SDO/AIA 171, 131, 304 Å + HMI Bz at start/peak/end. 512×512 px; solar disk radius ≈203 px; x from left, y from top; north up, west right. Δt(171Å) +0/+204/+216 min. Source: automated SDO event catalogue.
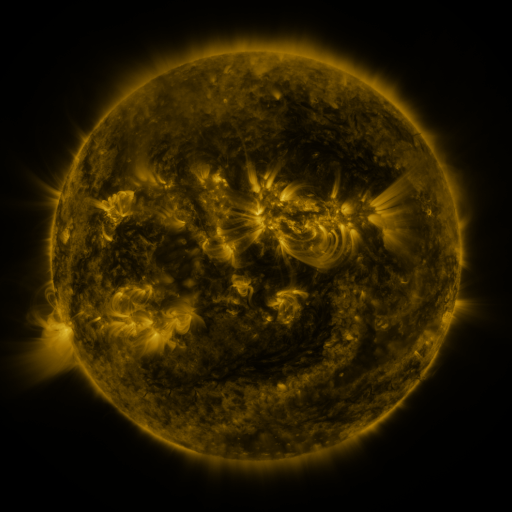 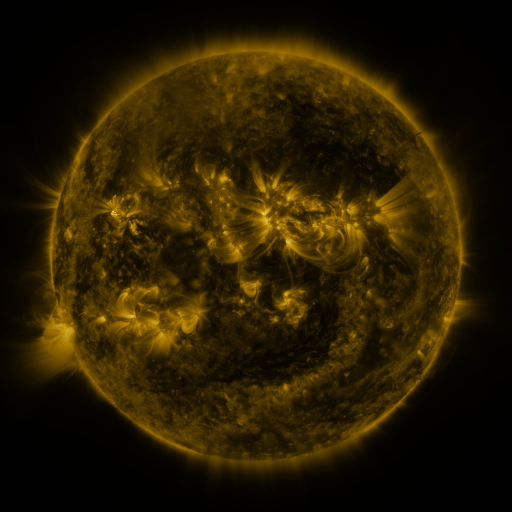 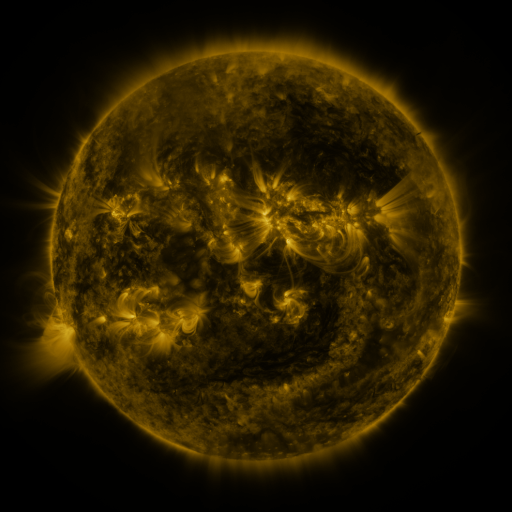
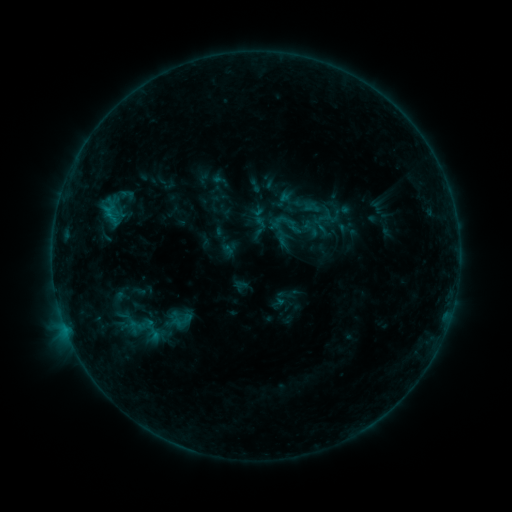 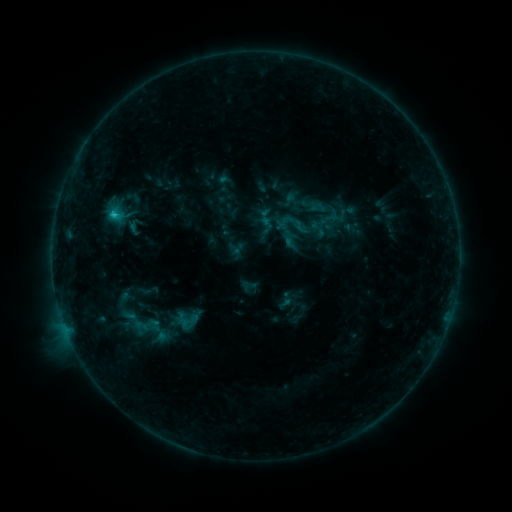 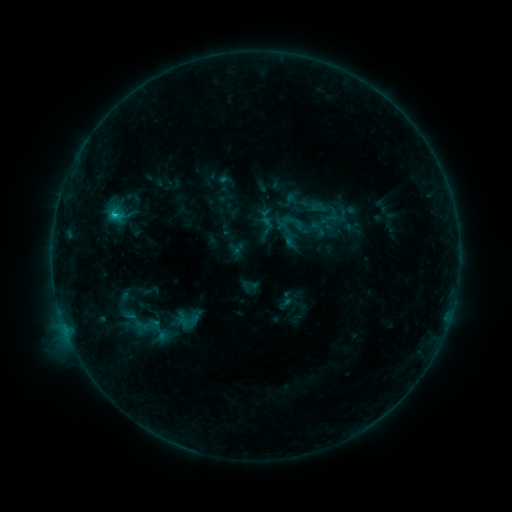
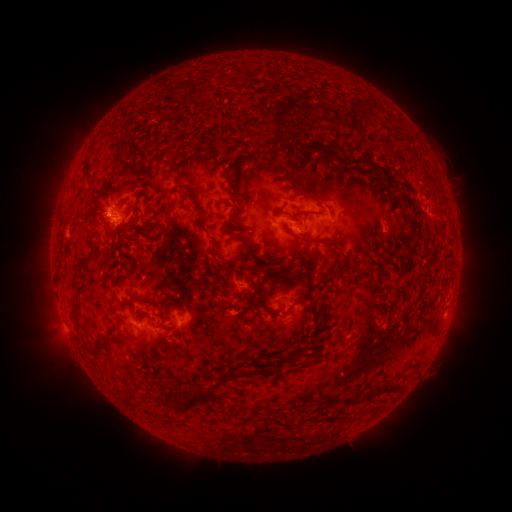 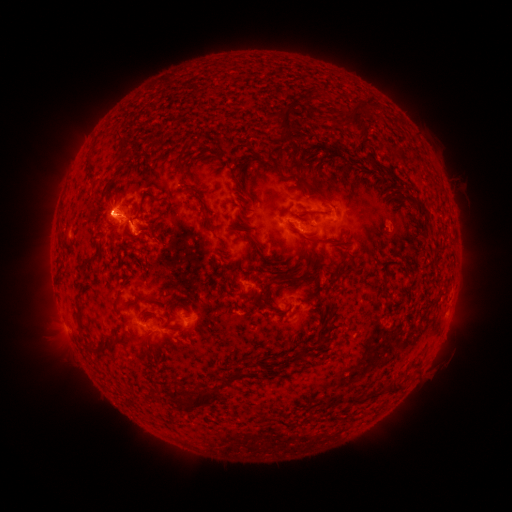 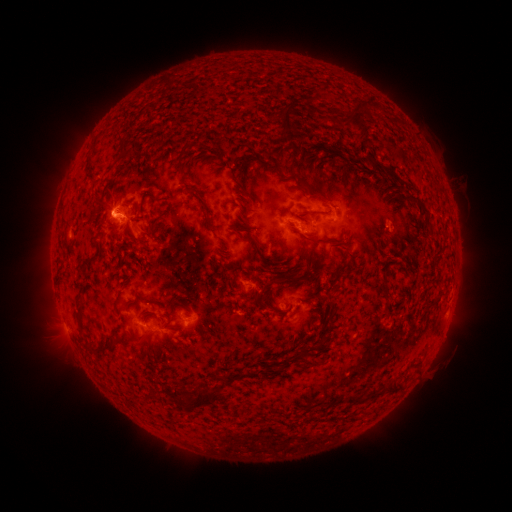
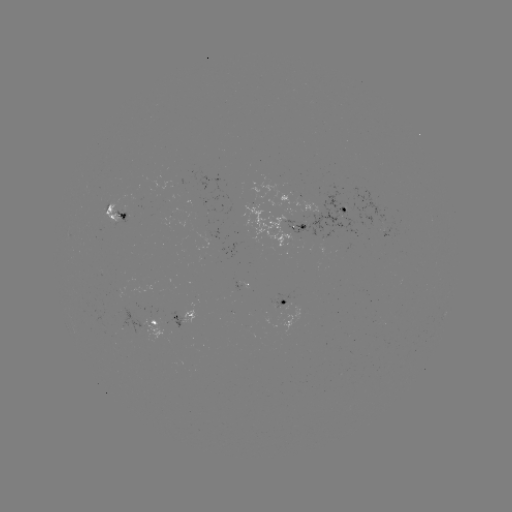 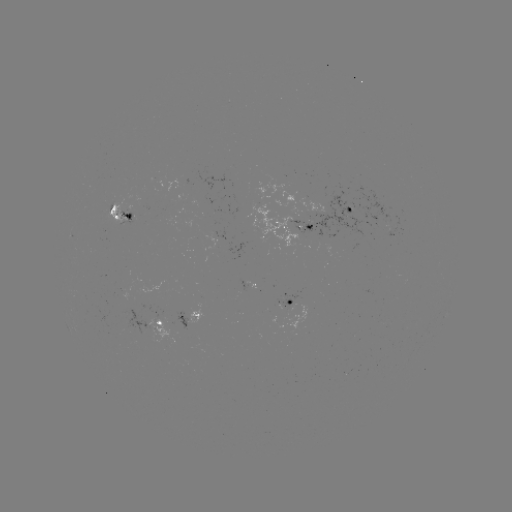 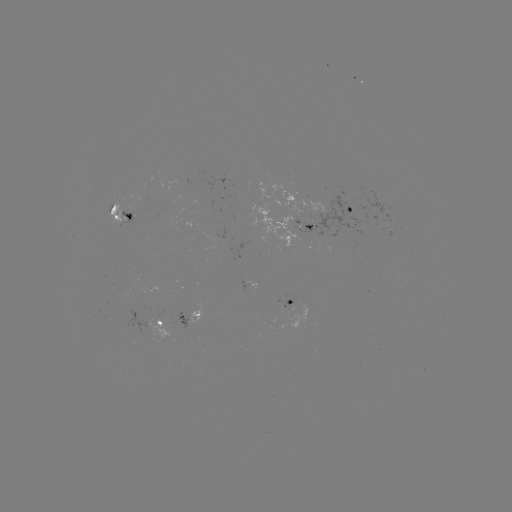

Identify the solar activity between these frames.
emerging-flux region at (113, 209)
